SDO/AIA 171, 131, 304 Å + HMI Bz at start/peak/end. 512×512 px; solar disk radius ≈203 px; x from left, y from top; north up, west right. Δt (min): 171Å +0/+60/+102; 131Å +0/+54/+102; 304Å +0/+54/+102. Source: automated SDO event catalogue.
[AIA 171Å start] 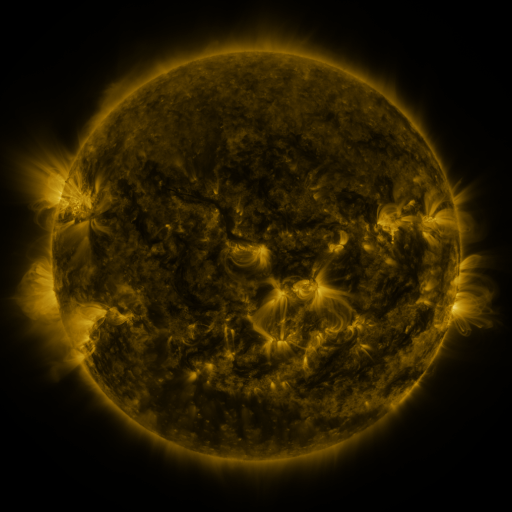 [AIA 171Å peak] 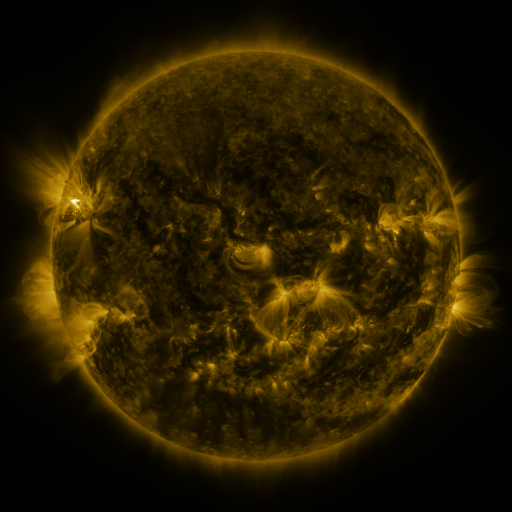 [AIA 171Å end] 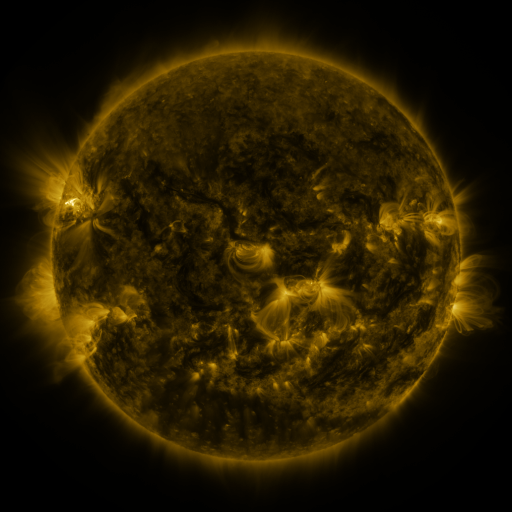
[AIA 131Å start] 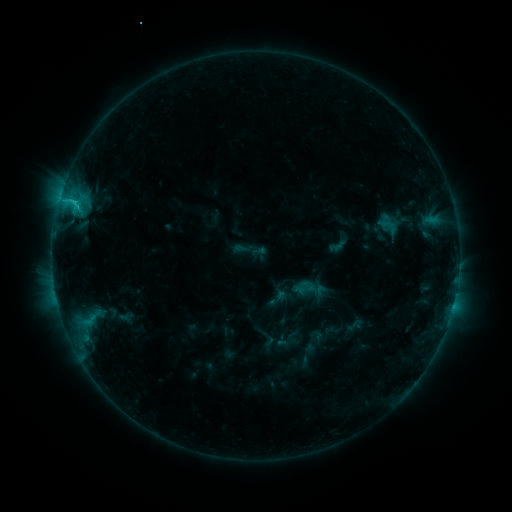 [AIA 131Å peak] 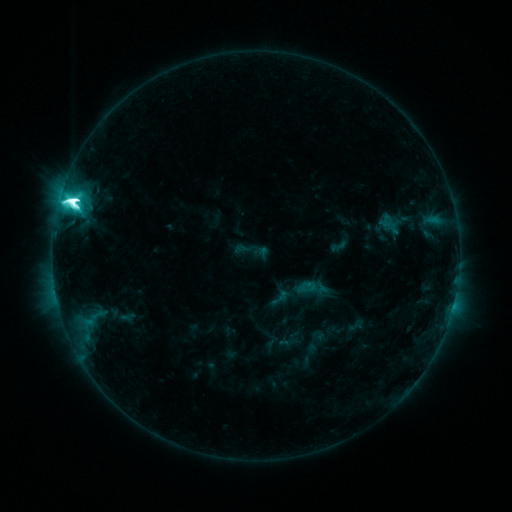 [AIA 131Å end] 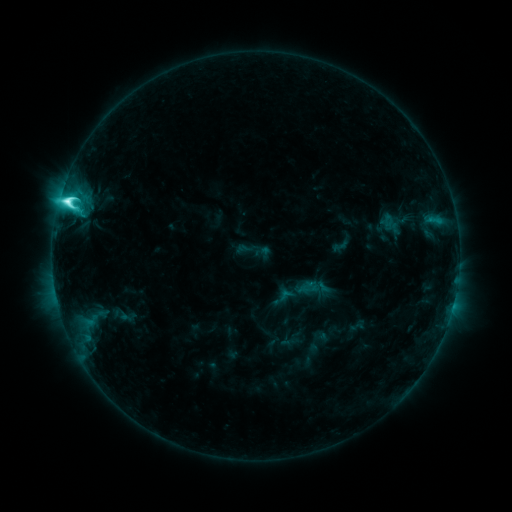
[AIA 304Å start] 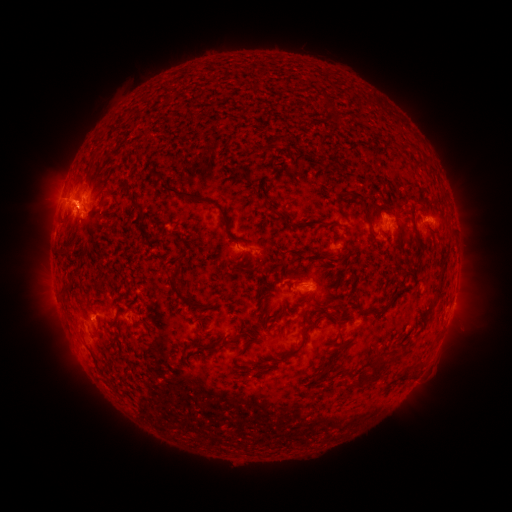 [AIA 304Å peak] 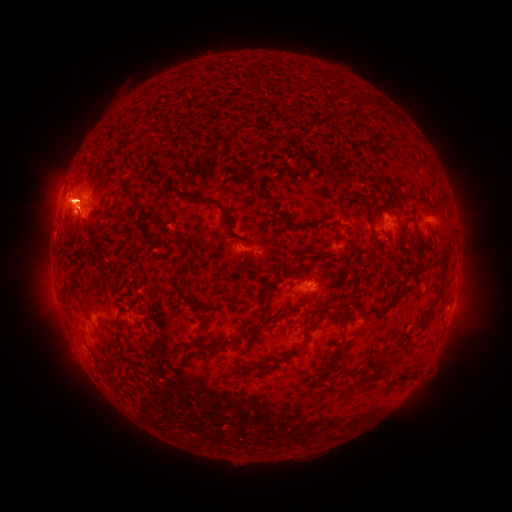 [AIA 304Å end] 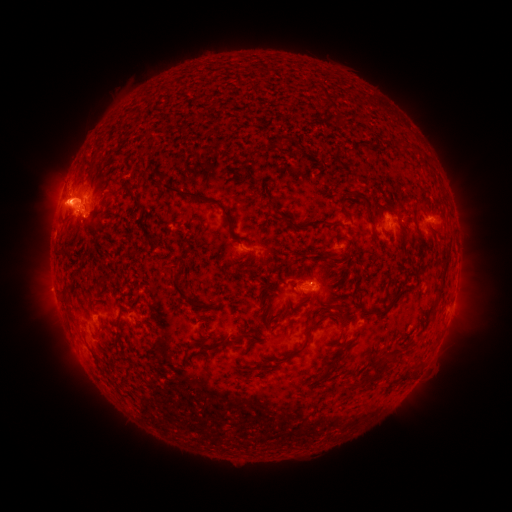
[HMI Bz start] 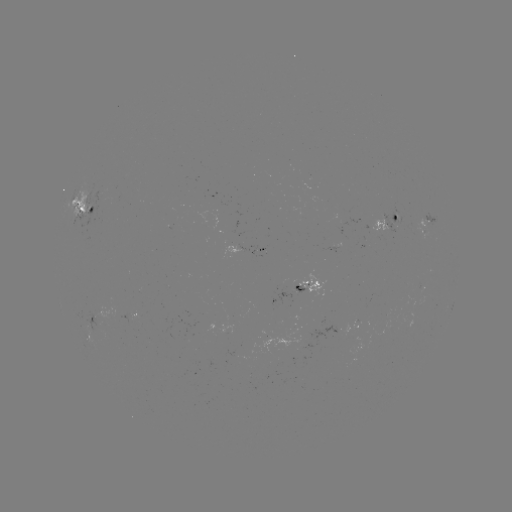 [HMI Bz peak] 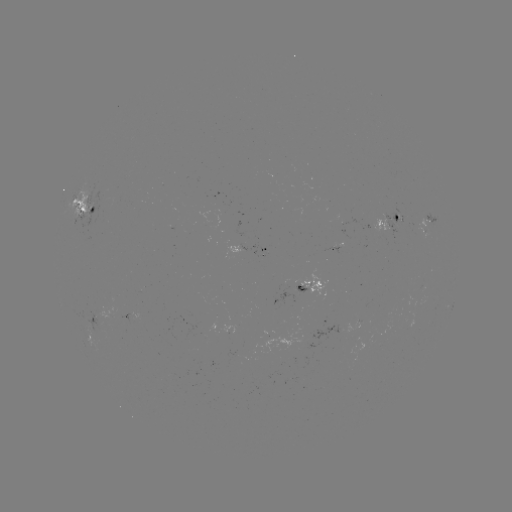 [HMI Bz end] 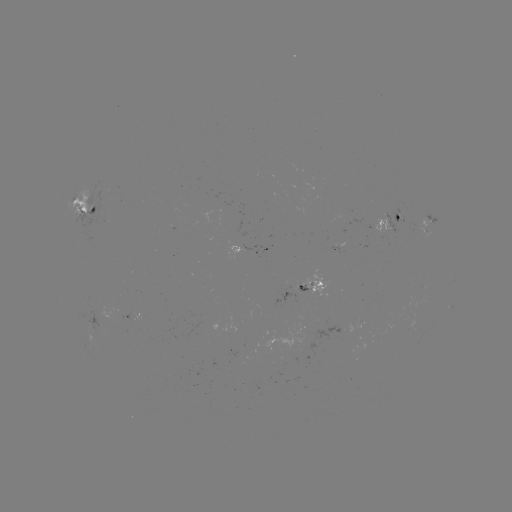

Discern M2.9 flare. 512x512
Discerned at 72,204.